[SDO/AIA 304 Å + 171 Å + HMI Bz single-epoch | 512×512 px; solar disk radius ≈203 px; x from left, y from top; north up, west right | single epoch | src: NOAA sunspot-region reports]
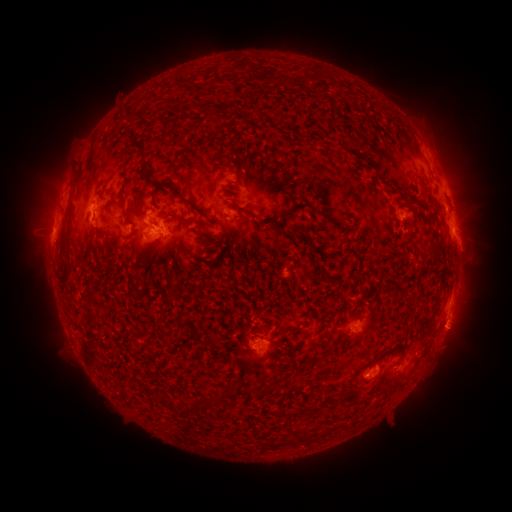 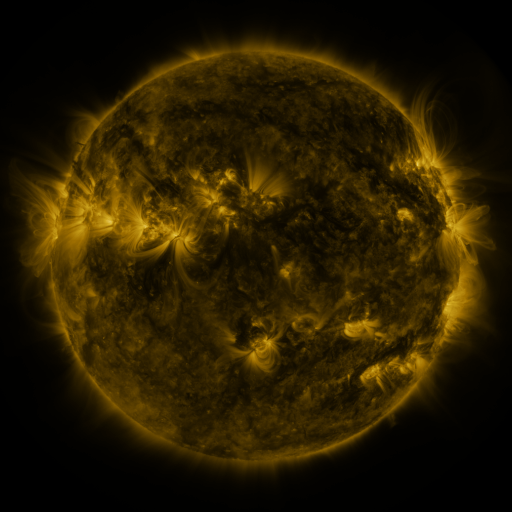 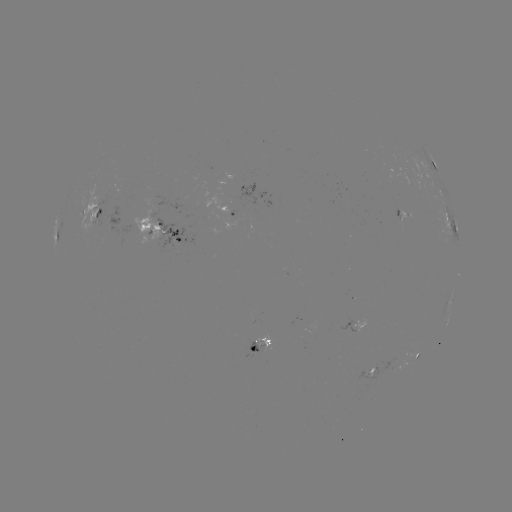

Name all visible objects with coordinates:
spotted active region: (432, 159)
spotted active region: (401, 212)
spotted active region: (96, 214)
spotted active region: (232, 214)
spotted active region: (451, 217)
spotted active region: (164, 237)
spotted active region: (450, 298)
spotted active region: (365, 327)
spotted active region: (265, 346)
spotted active region: (421, 352)
spotted active region: (374, 369)
